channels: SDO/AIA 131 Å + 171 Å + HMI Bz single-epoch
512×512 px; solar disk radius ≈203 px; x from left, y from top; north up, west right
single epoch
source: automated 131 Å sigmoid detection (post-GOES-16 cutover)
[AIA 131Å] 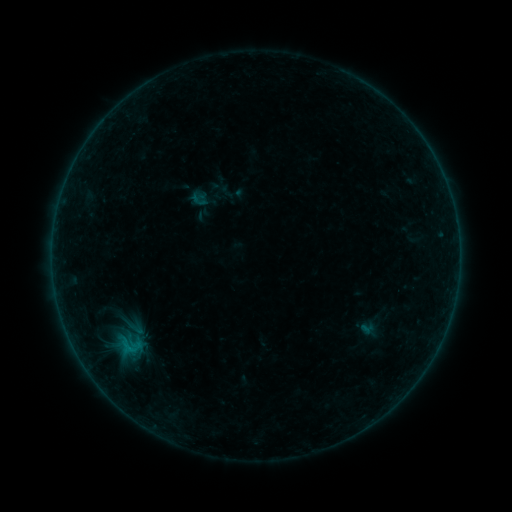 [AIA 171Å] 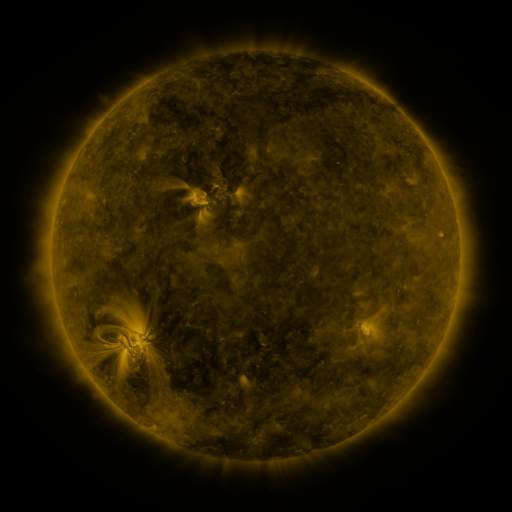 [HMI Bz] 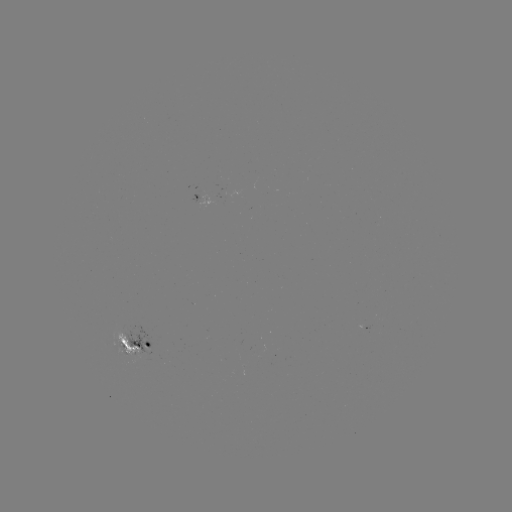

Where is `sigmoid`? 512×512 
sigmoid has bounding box [110, 331, 151, 360].